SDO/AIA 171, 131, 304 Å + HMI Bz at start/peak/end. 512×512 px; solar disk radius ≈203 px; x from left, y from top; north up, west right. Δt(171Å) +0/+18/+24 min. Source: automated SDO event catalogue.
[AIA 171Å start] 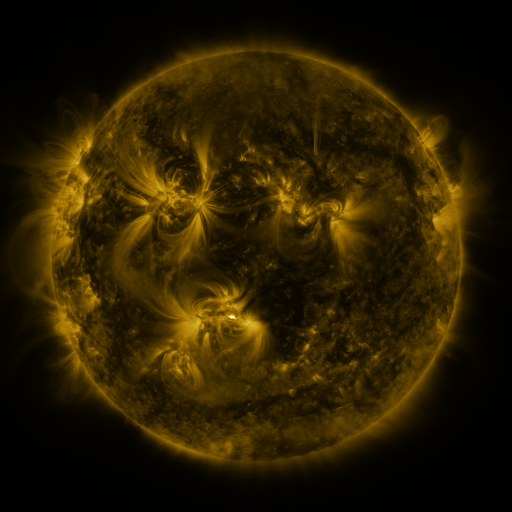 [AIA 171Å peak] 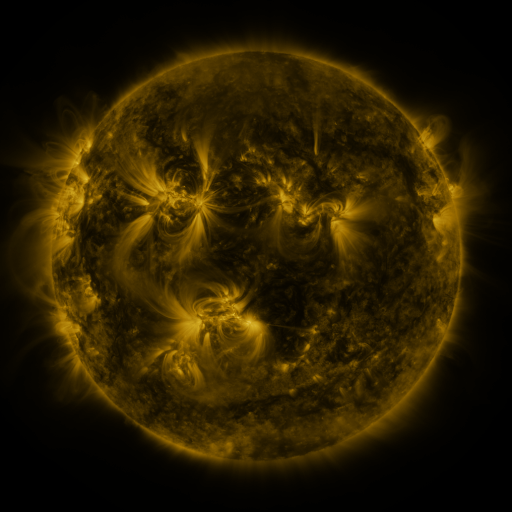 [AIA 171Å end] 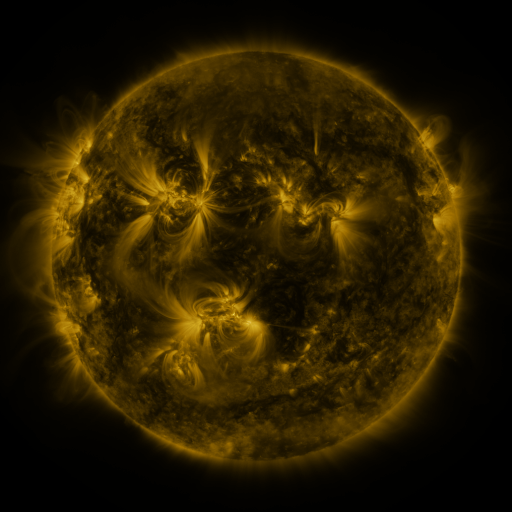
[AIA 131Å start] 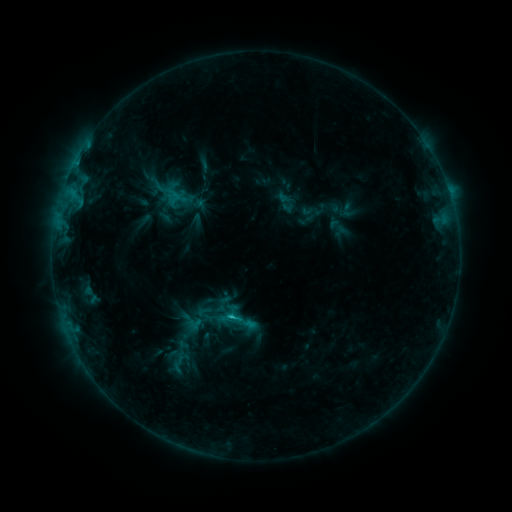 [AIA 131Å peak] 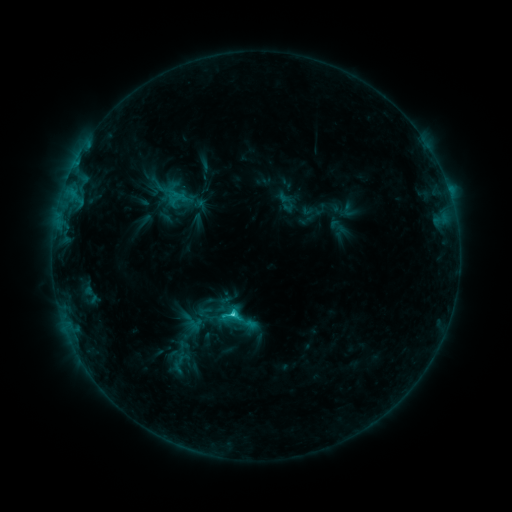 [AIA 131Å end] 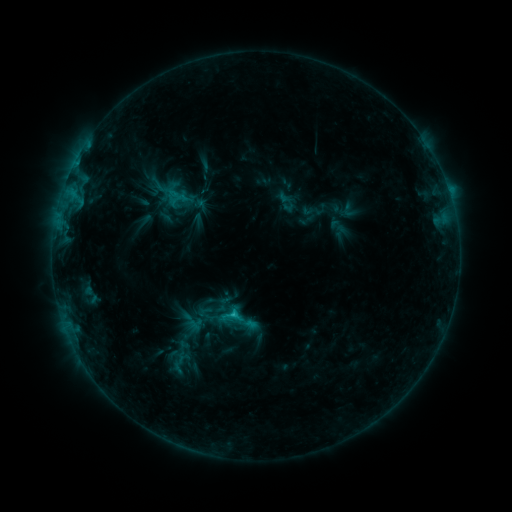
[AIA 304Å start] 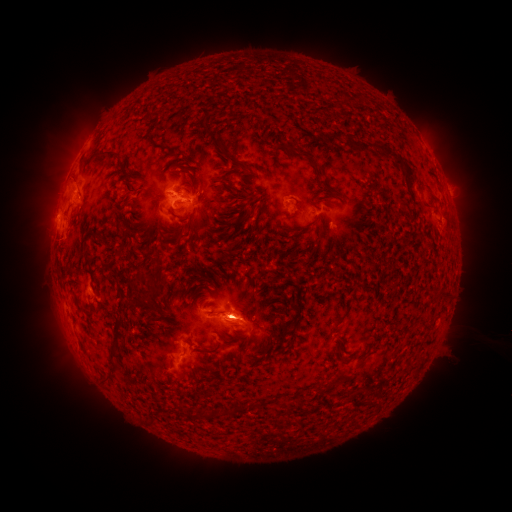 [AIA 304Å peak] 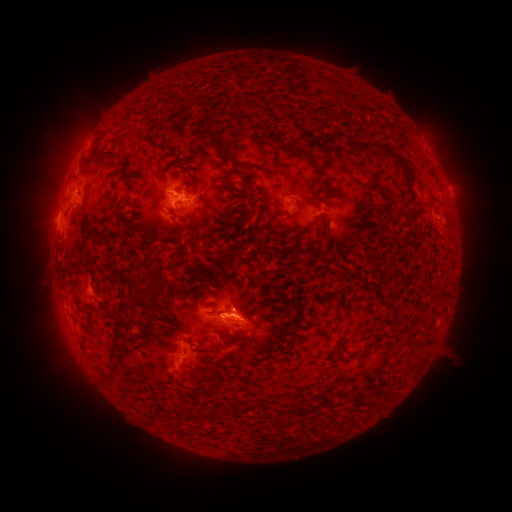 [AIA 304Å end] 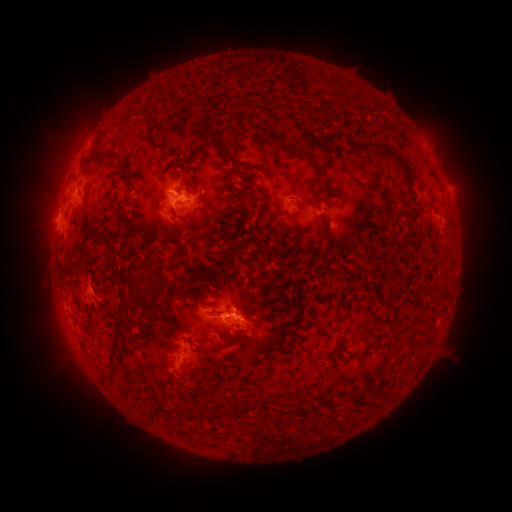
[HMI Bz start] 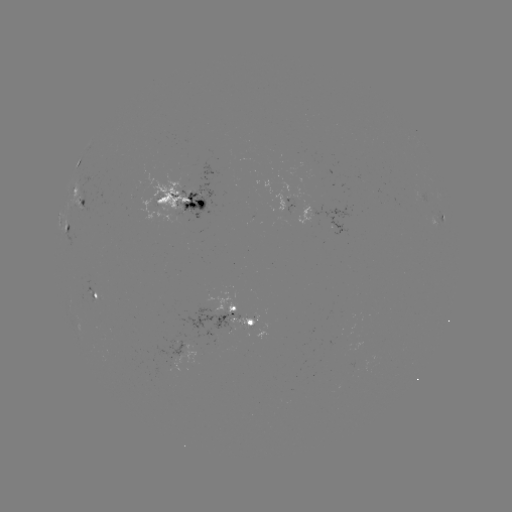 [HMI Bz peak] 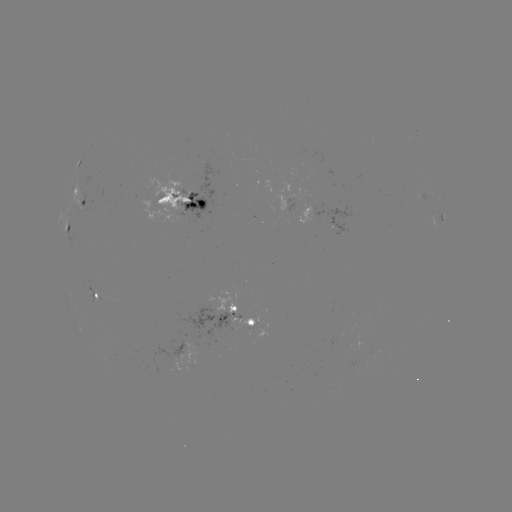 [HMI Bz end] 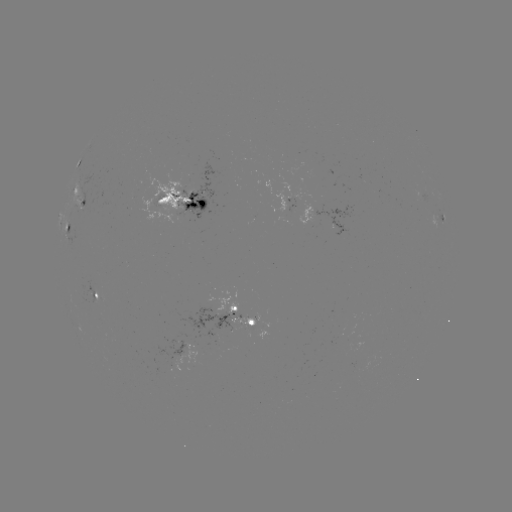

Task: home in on C2.0 flare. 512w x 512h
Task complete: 235,311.